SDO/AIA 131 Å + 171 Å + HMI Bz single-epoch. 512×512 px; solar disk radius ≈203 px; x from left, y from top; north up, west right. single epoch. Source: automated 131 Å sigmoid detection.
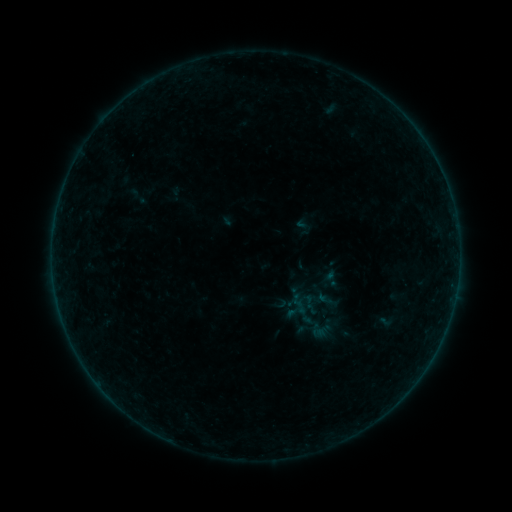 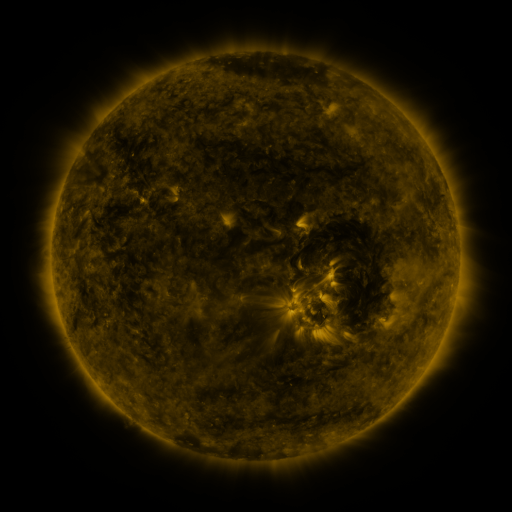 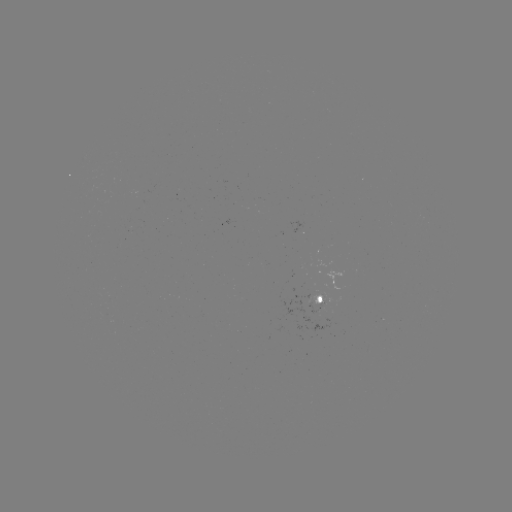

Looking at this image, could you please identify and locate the sigmoid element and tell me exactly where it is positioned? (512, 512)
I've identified sigmoid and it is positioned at (321, 330).